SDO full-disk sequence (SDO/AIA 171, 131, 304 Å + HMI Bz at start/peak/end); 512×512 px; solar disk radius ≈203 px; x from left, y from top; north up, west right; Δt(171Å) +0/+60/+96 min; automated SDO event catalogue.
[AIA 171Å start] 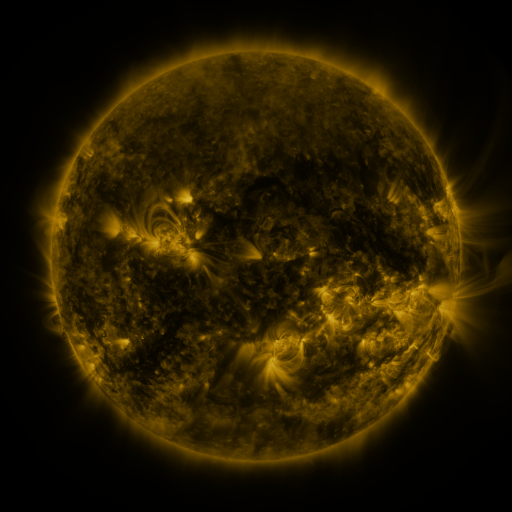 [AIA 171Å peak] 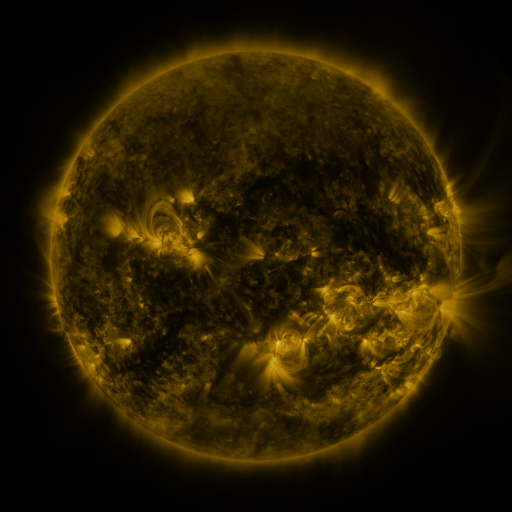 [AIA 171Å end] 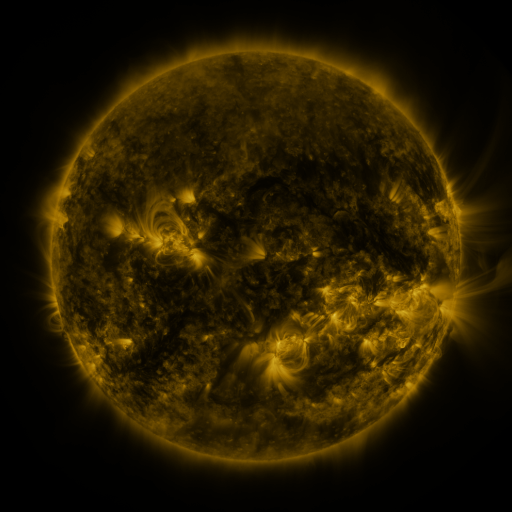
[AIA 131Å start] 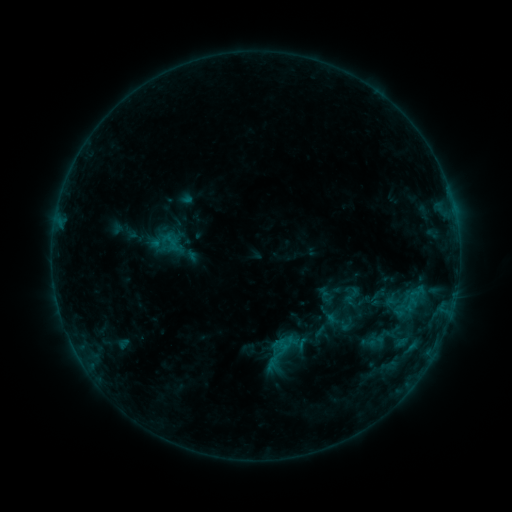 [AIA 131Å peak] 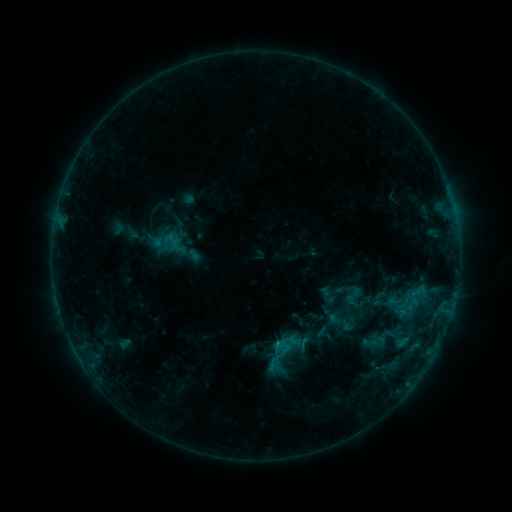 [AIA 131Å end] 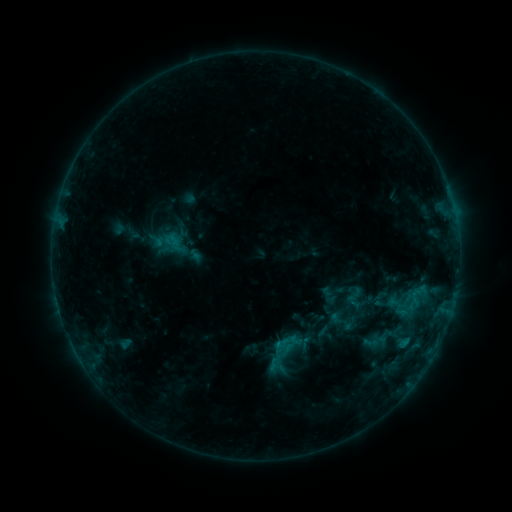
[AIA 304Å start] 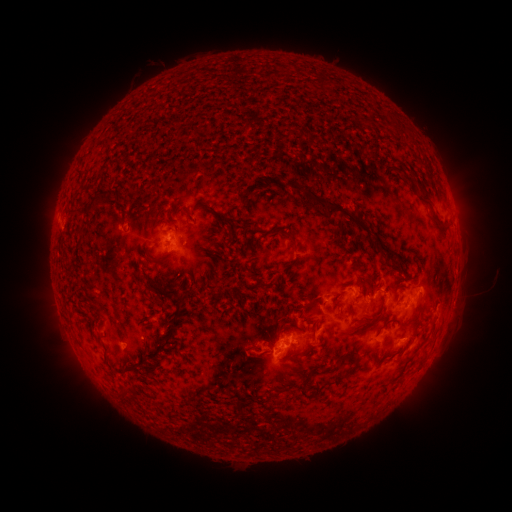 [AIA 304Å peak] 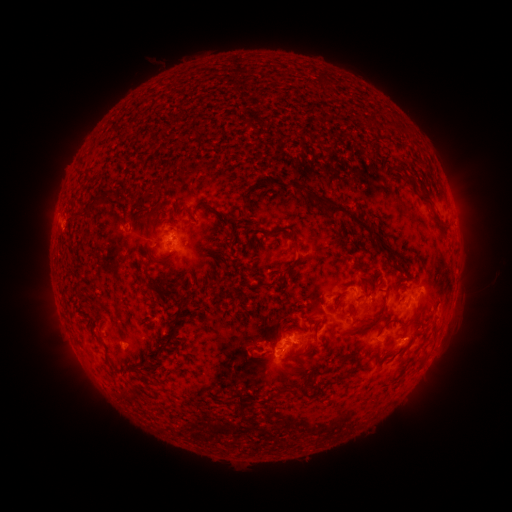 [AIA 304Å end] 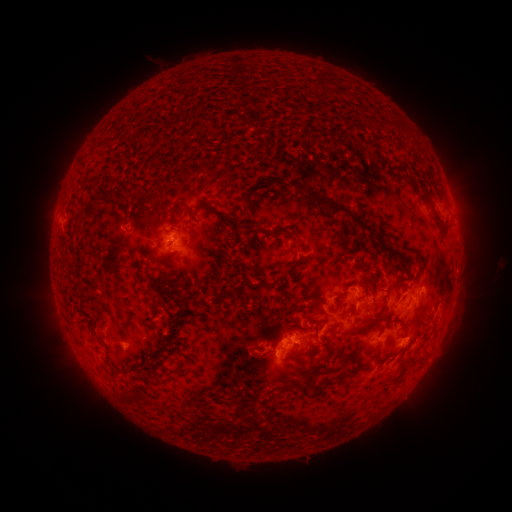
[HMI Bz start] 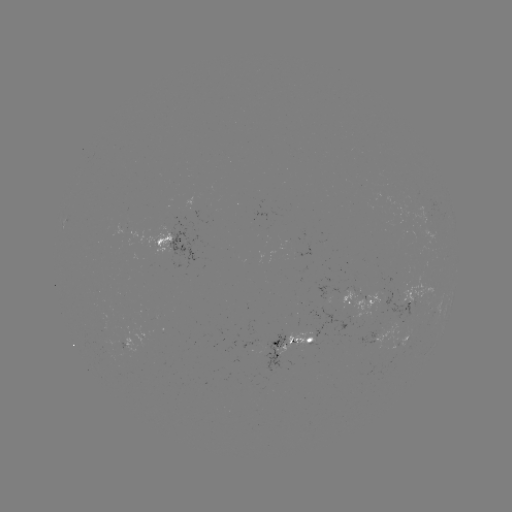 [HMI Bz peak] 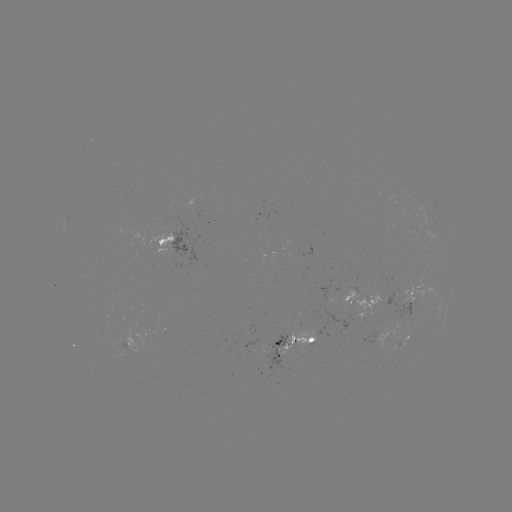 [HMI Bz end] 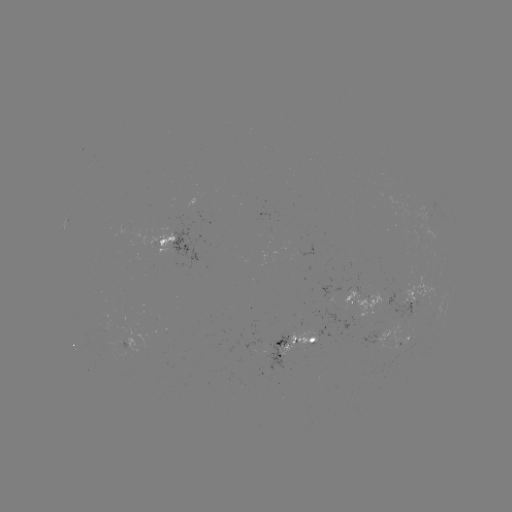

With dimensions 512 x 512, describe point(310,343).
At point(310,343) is emerging-flux region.